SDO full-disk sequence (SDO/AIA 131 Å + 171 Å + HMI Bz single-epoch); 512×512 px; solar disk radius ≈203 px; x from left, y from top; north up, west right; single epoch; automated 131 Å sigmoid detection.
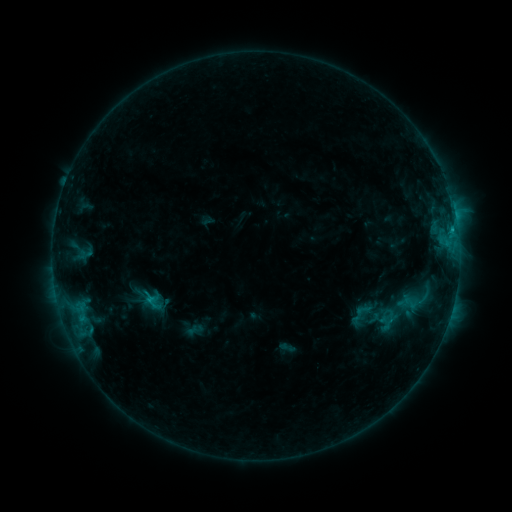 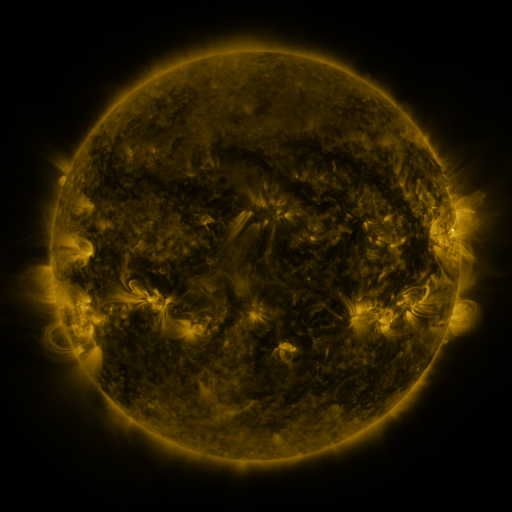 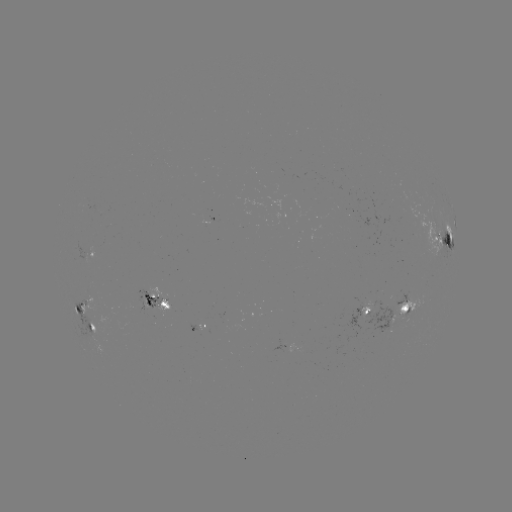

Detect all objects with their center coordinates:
sigmoid: (348, 302, 372, 326)
